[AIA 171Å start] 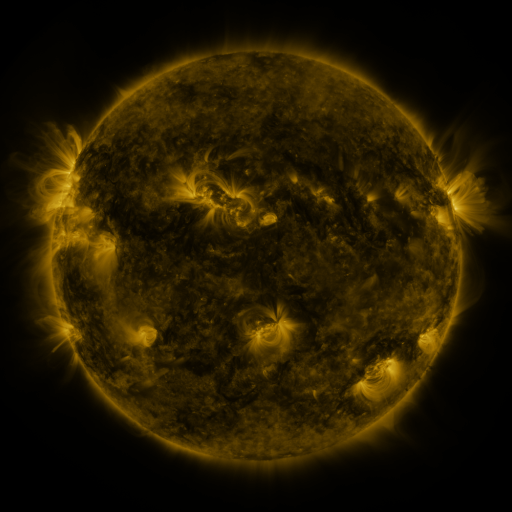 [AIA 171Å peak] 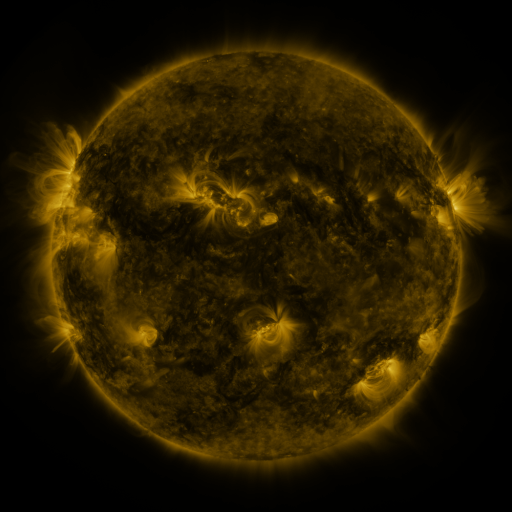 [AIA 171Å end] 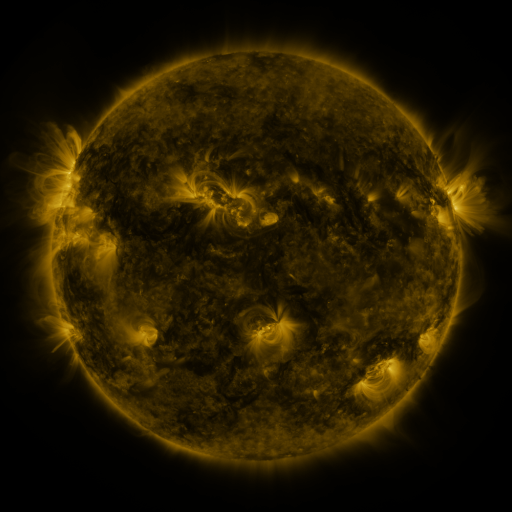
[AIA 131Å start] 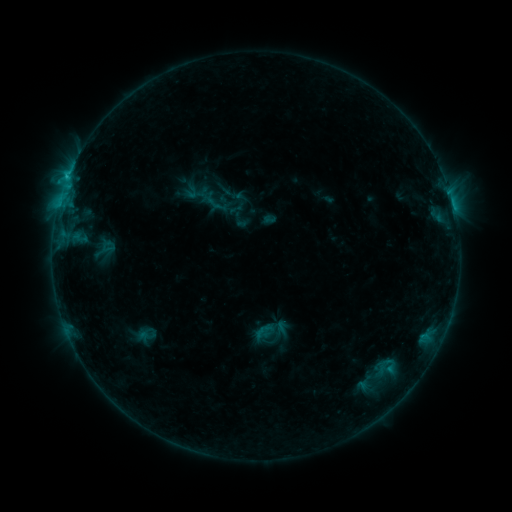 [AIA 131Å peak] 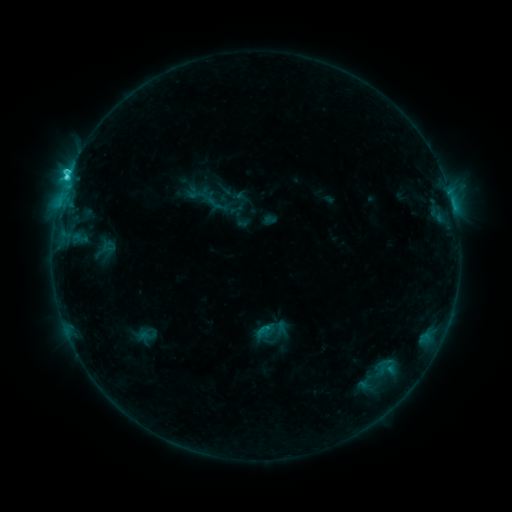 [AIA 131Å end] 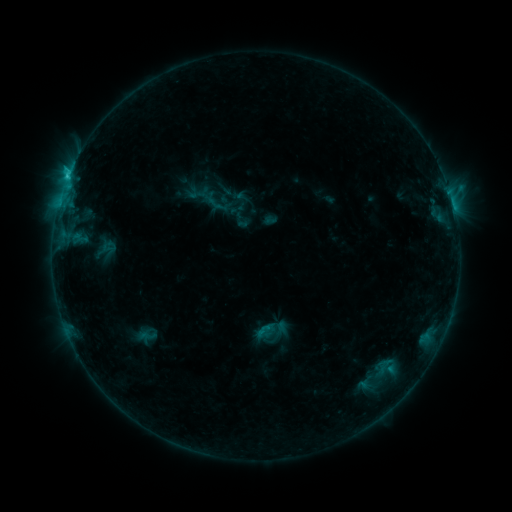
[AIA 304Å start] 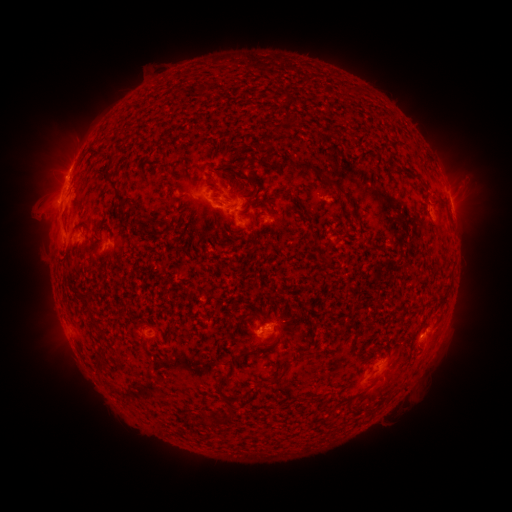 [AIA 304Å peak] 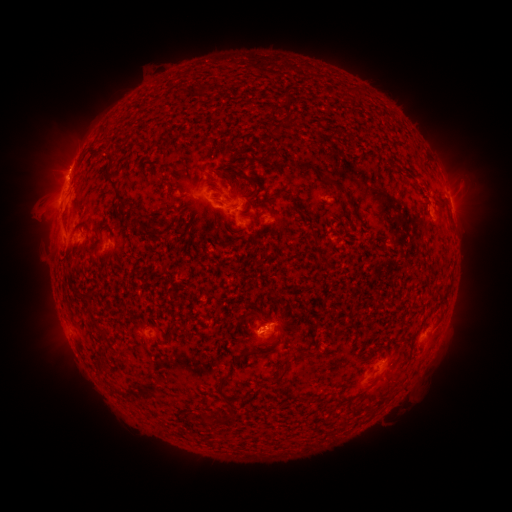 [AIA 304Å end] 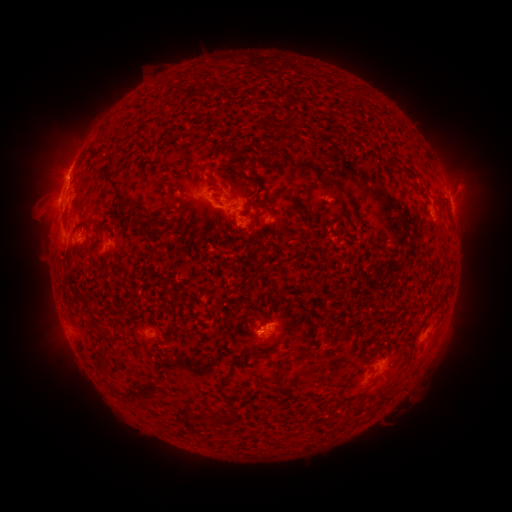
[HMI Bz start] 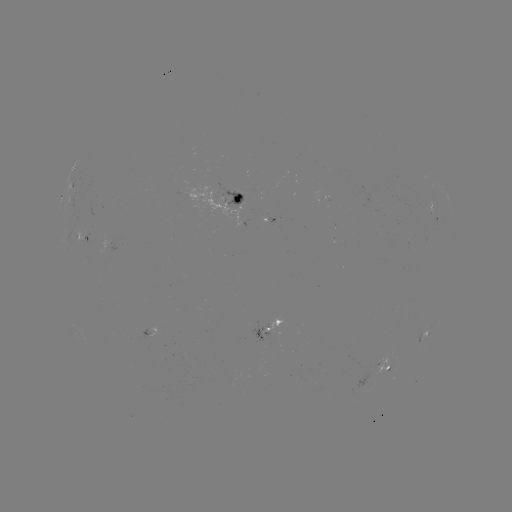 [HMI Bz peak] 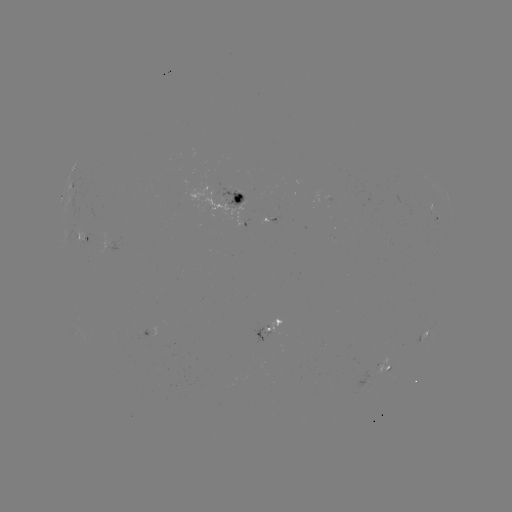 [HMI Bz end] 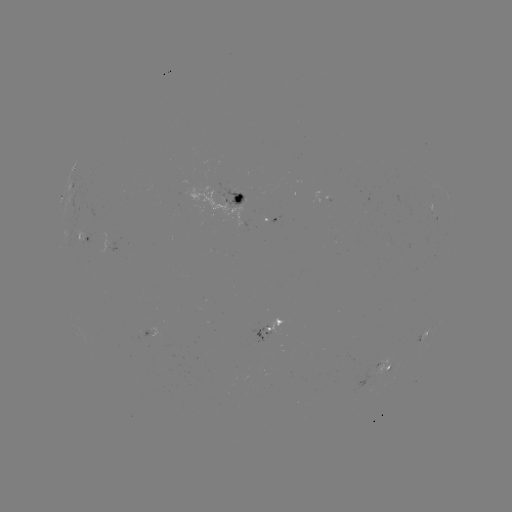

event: flare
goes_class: C2.9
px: (67, 181)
